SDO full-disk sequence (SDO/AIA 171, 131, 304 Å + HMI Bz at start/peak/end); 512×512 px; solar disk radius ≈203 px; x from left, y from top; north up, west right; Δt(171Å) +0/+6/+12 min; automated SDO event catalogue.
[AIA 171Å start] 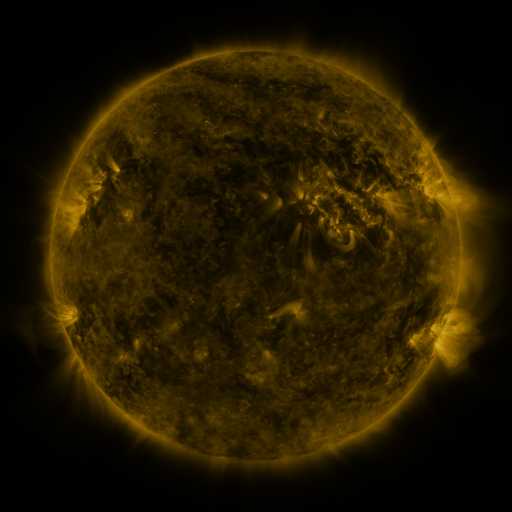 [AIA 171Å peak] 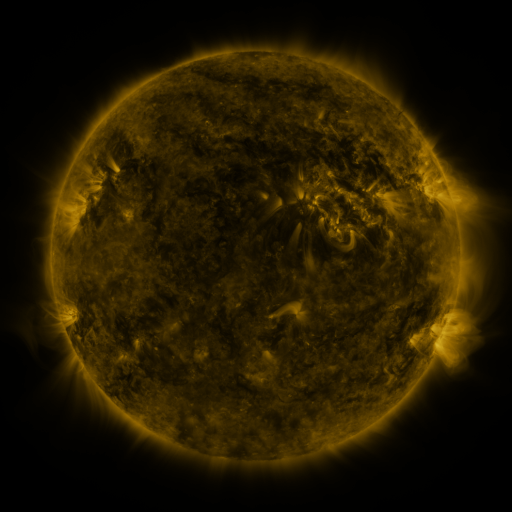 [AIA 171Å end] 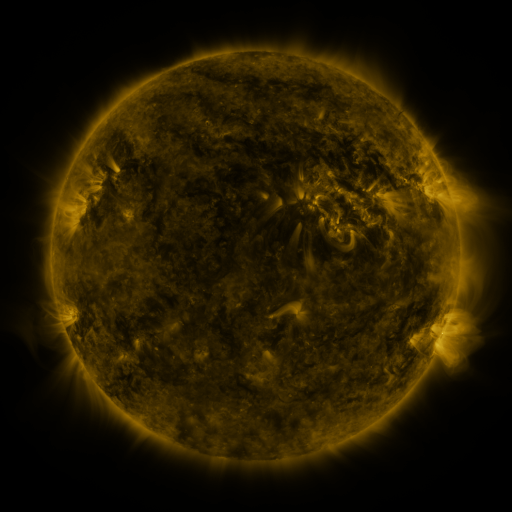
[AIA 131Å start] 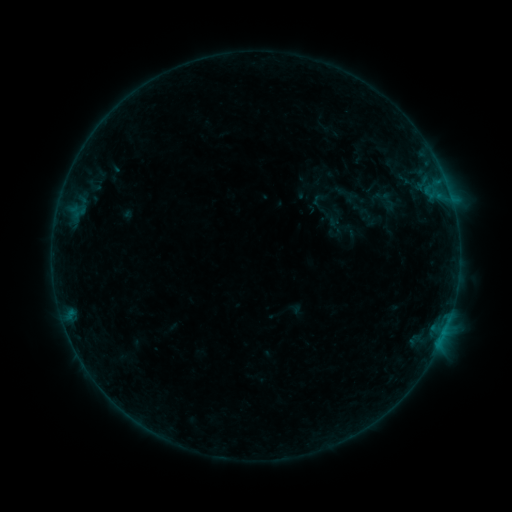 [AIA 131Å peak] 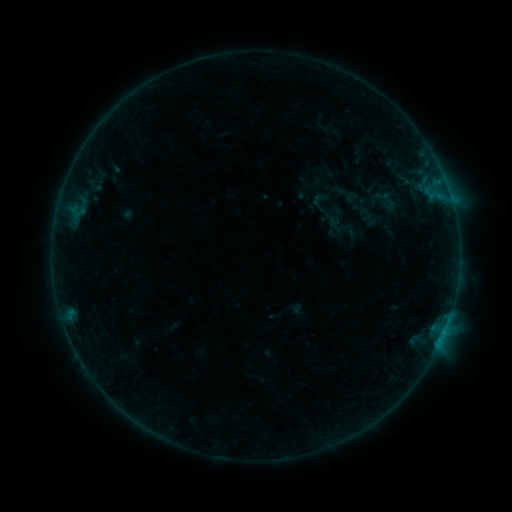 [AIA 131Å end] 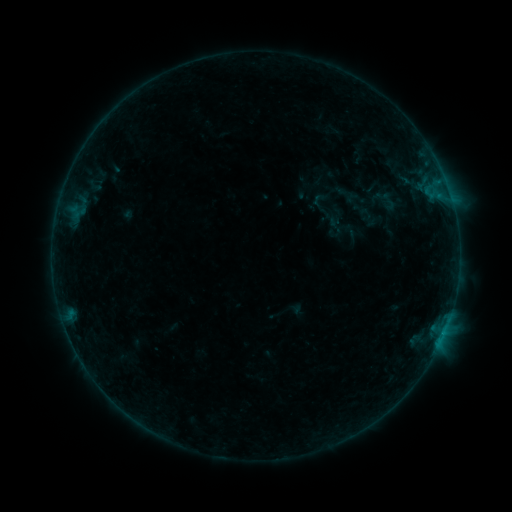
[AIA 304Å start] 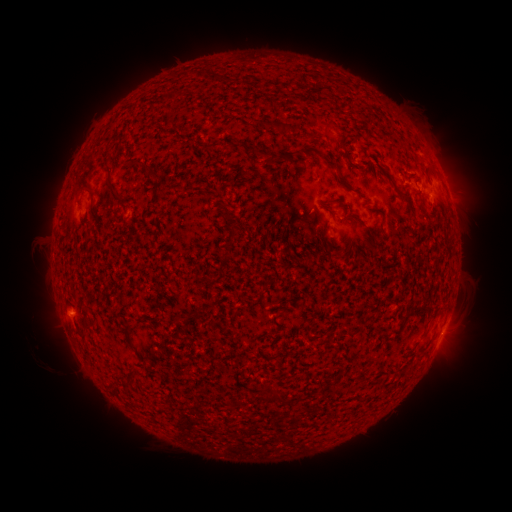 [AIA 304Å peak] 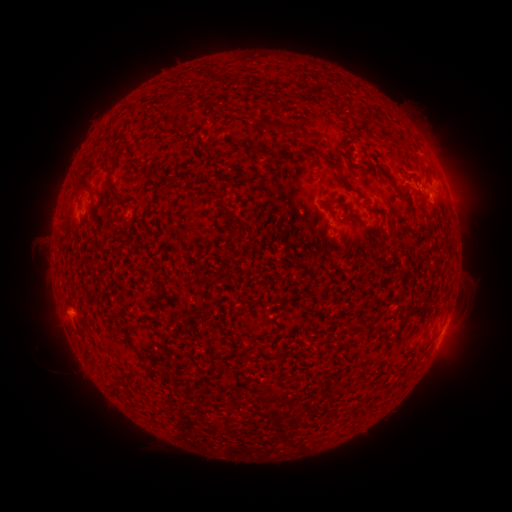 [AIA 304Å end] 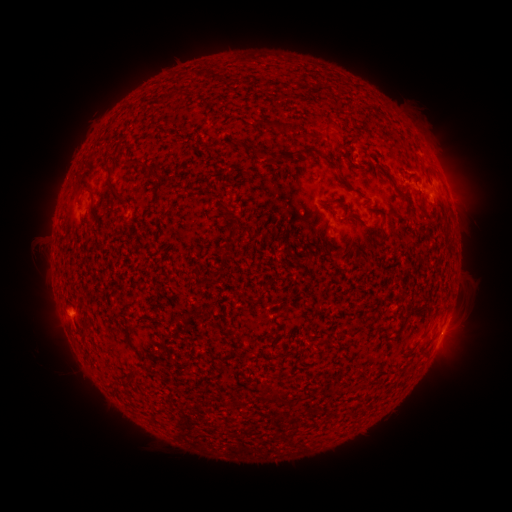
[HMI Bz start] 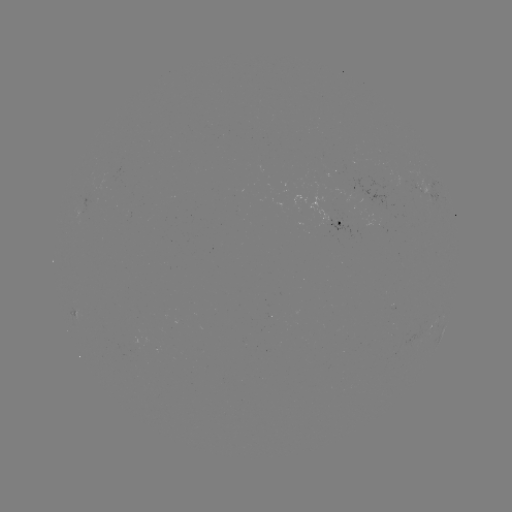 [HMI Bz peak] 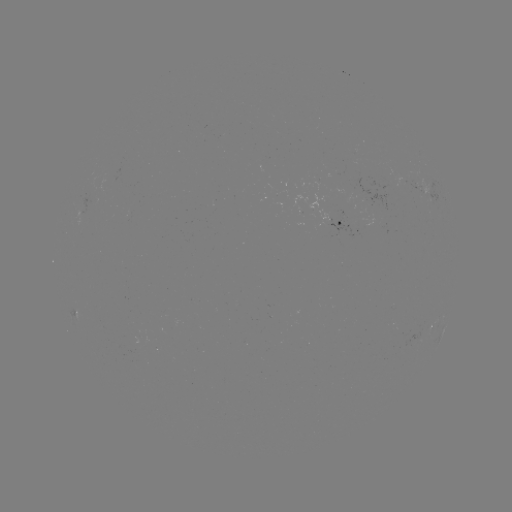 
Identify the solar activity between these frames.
no classed flare was catalogued and no EUV brightening was flagged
